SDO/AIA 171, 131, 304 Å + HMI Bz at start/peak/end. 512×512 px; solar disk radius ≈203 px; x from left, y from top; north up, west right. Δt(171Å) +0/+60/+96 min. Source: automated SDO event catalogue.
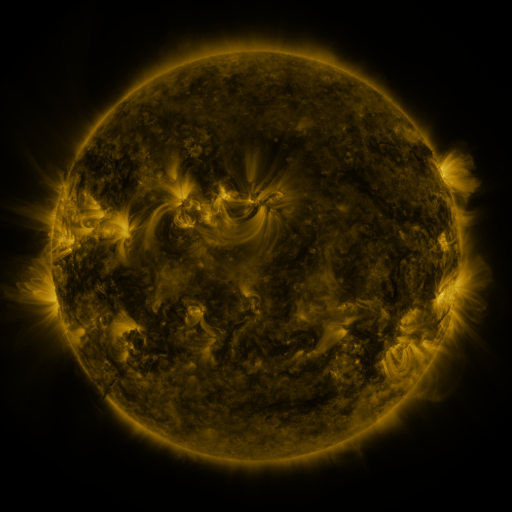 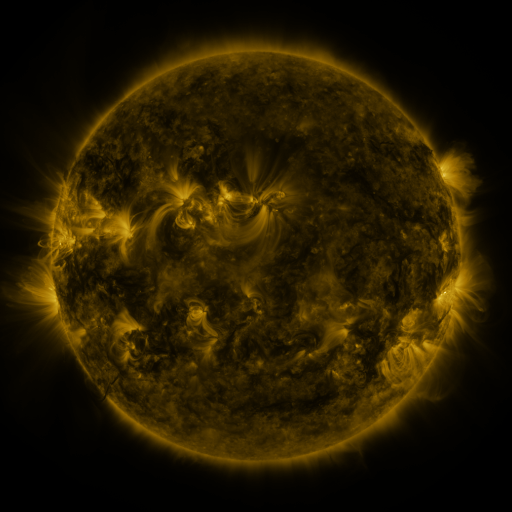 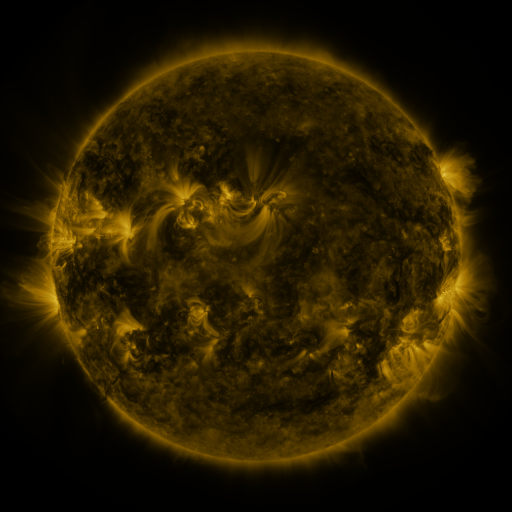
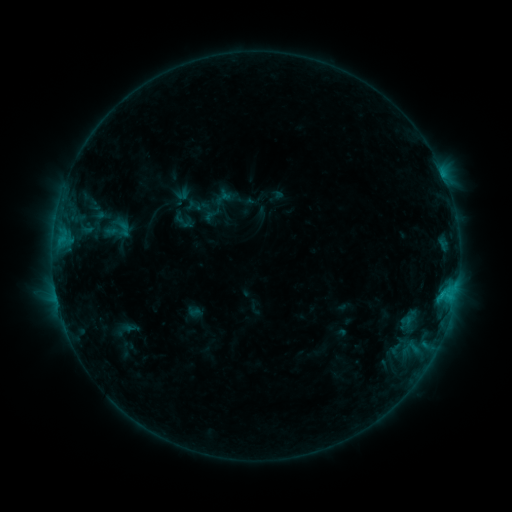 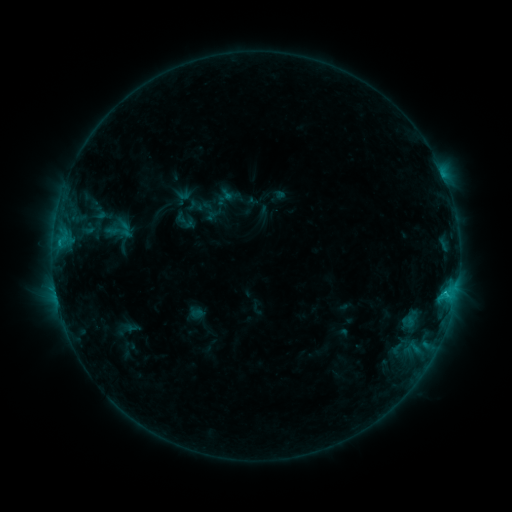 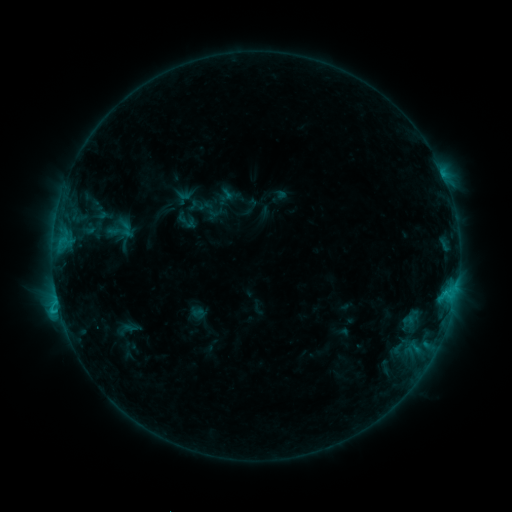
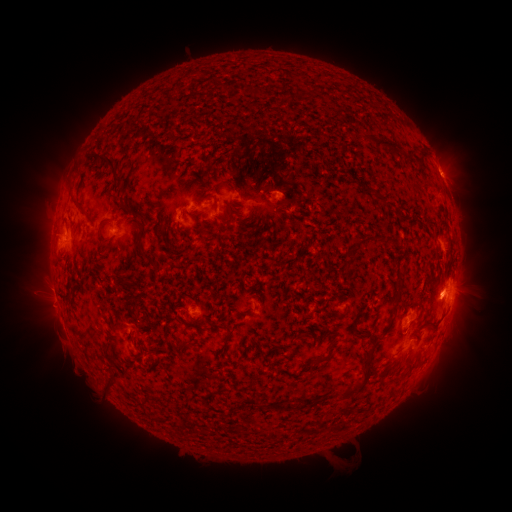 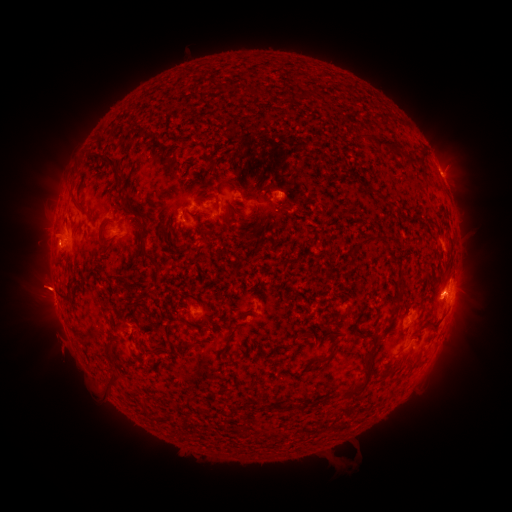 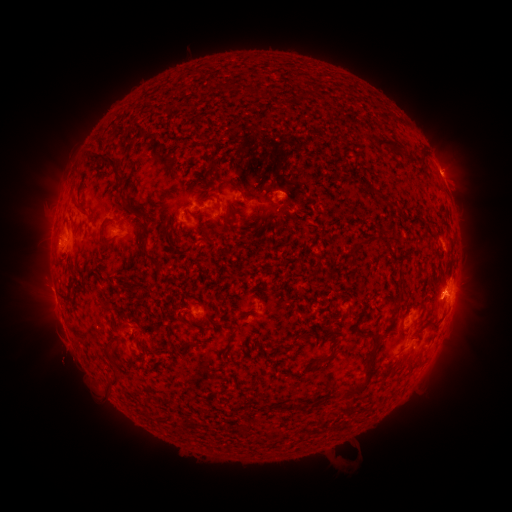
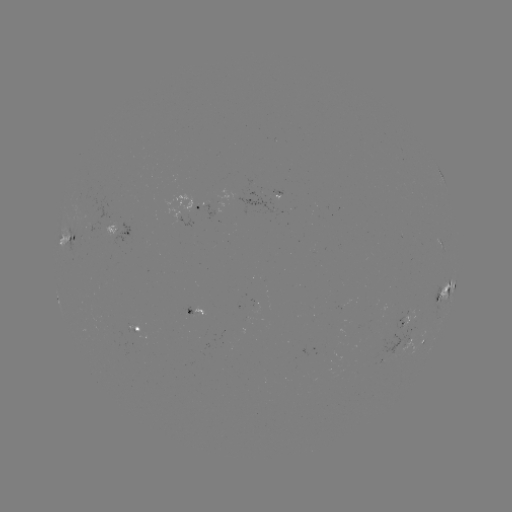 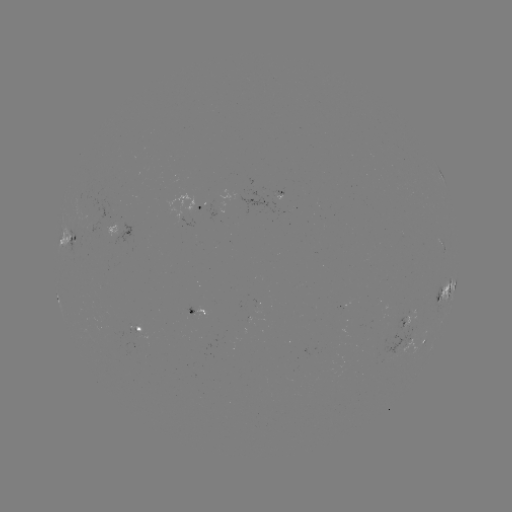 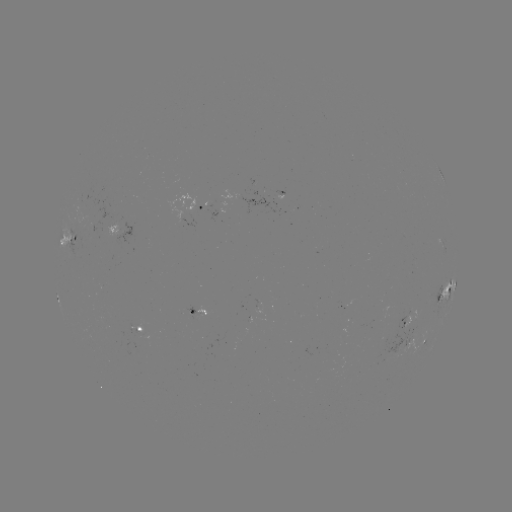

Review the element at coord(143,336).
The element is emerging-flux region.